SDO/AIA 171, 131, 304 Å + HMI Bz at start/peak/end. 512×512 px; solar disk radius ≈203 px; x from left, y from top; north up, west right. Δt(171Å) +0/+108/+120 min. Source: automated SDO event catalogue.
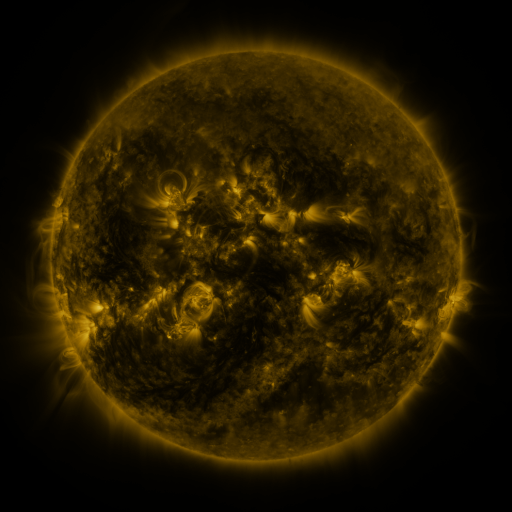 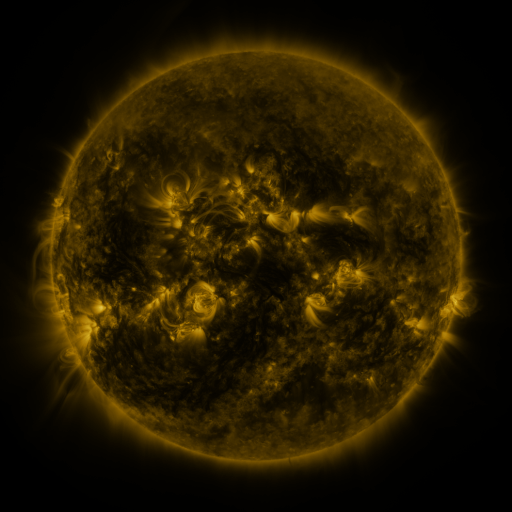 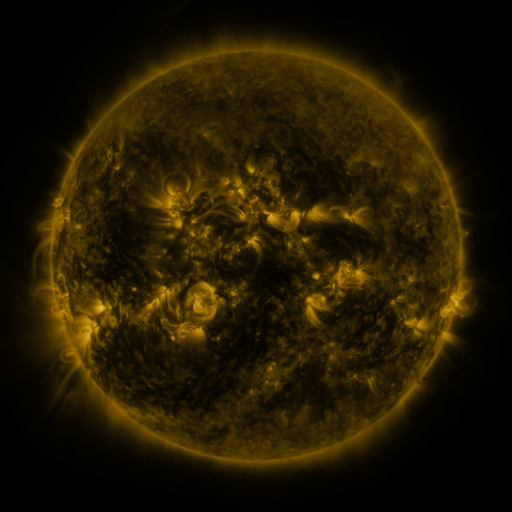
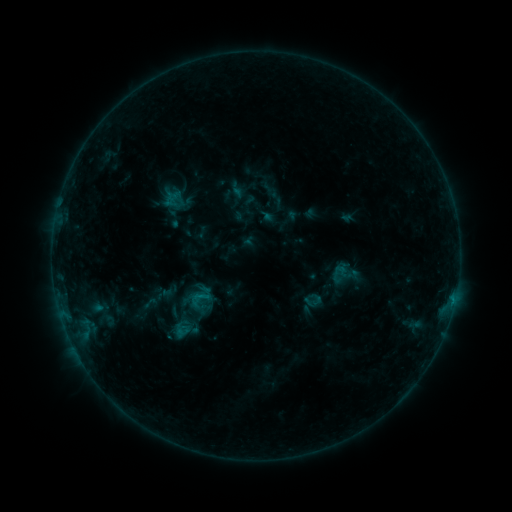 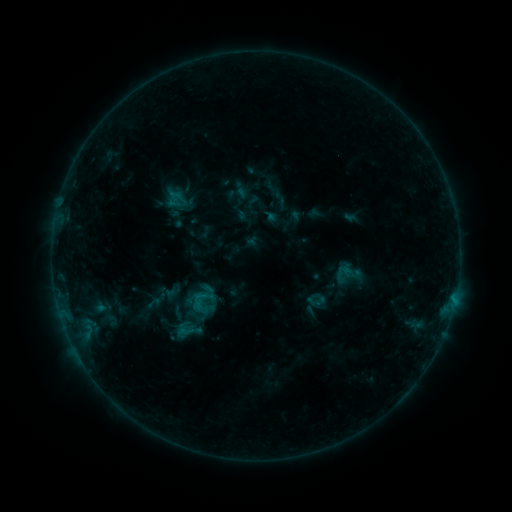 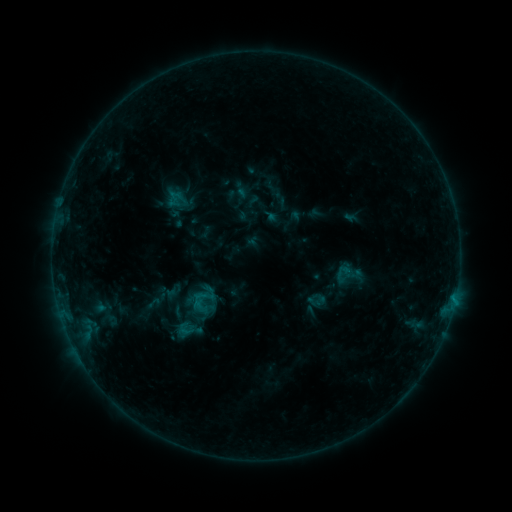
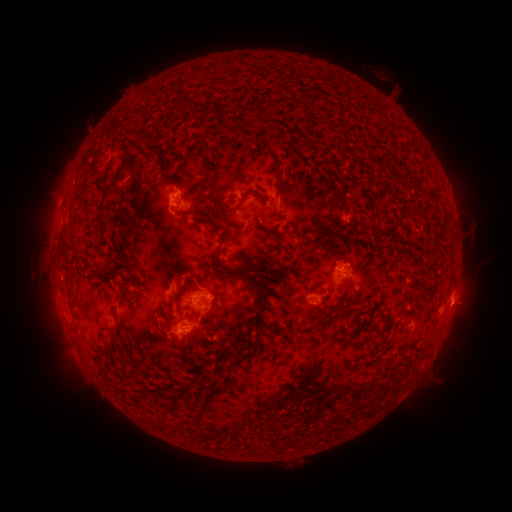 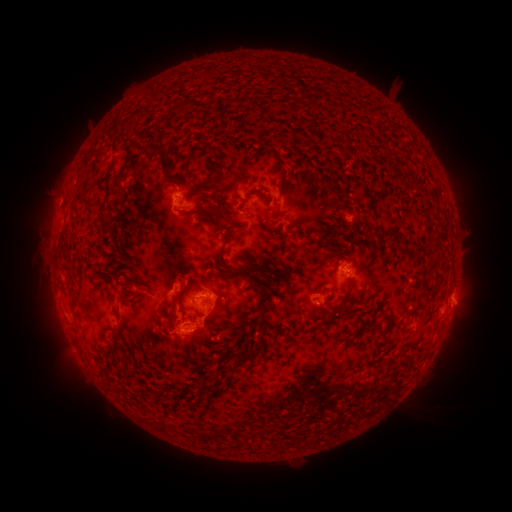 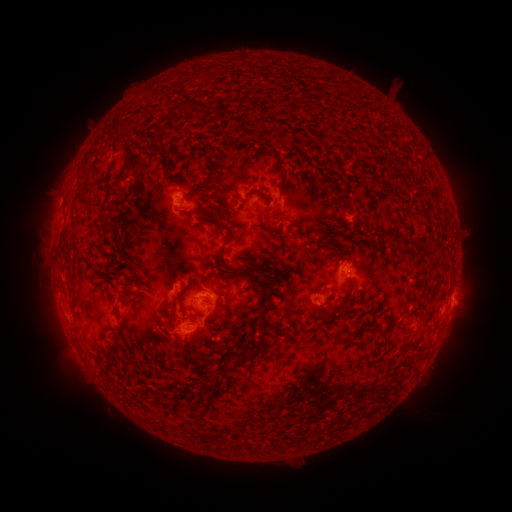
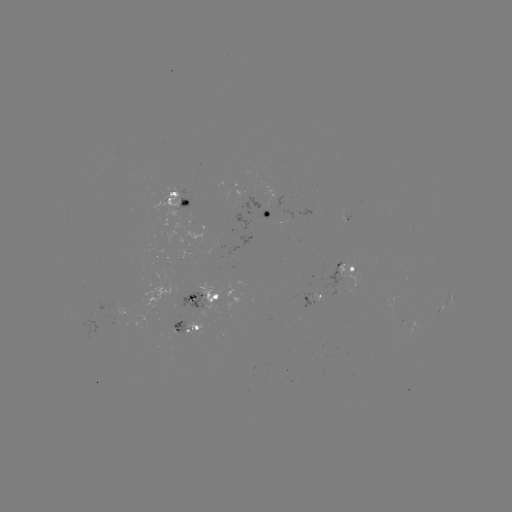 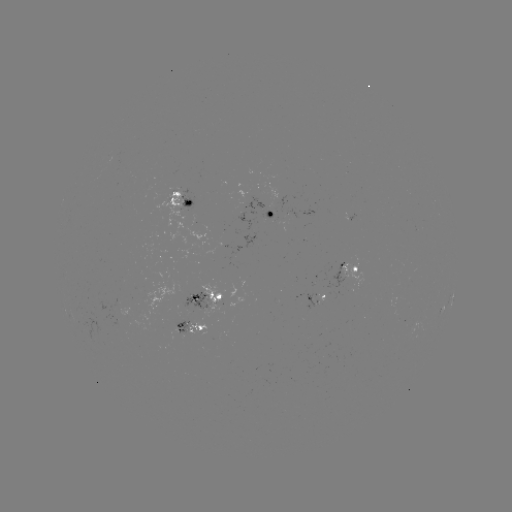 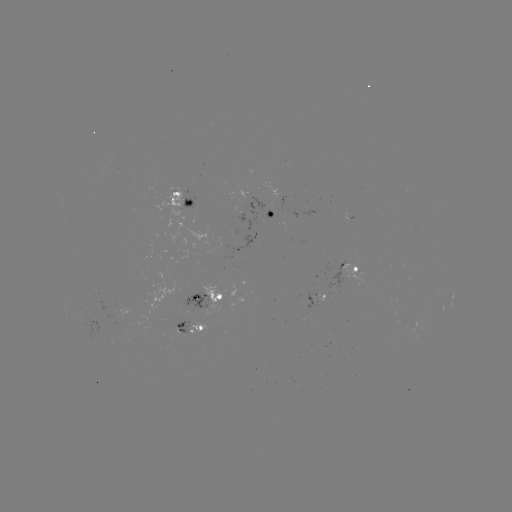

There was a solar emerging-flux region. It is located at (182, 331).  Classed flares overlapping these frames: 2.